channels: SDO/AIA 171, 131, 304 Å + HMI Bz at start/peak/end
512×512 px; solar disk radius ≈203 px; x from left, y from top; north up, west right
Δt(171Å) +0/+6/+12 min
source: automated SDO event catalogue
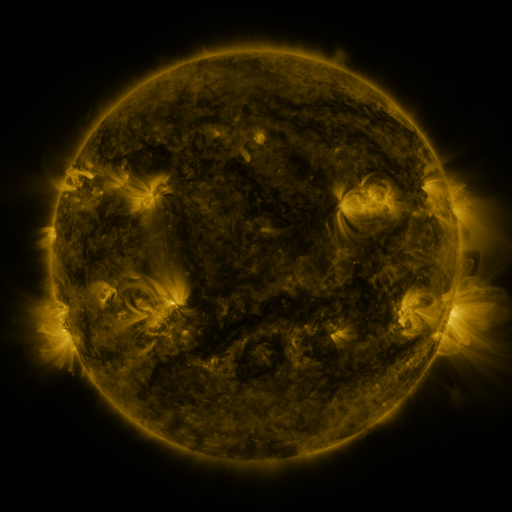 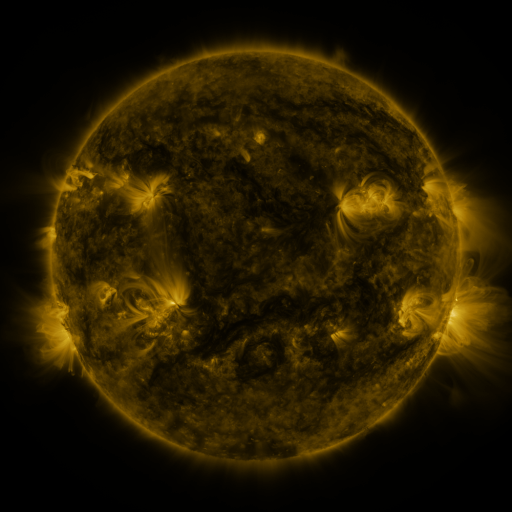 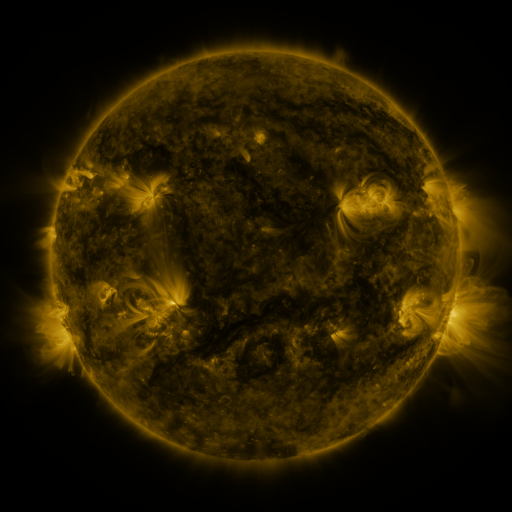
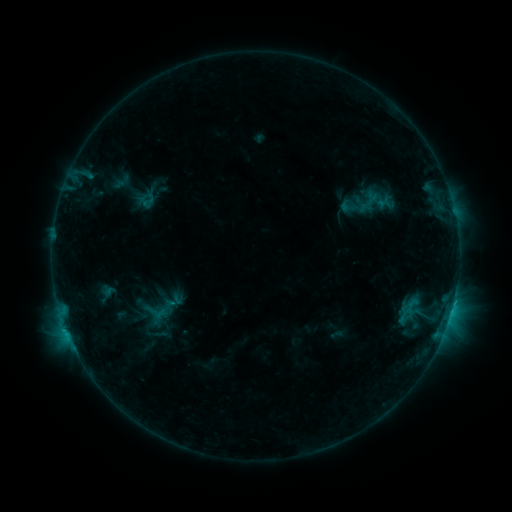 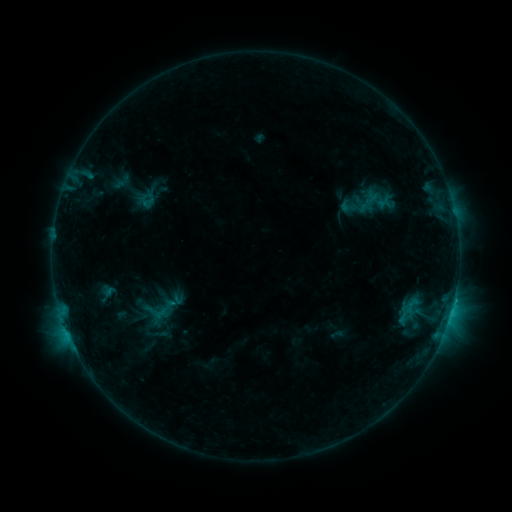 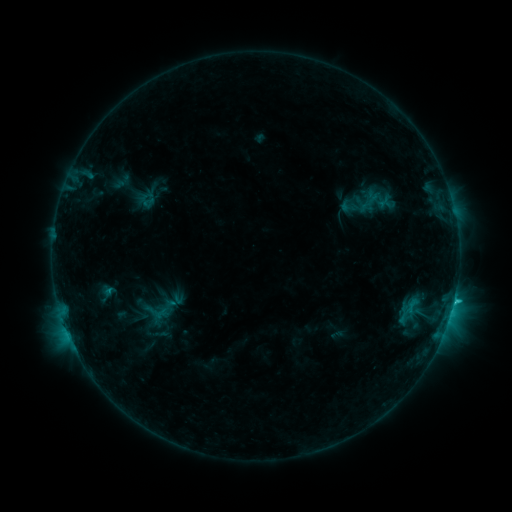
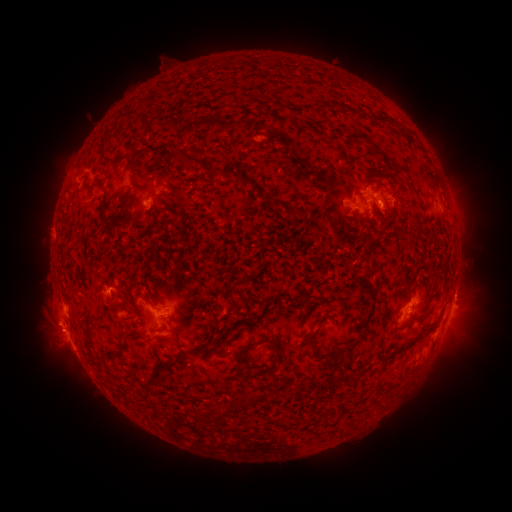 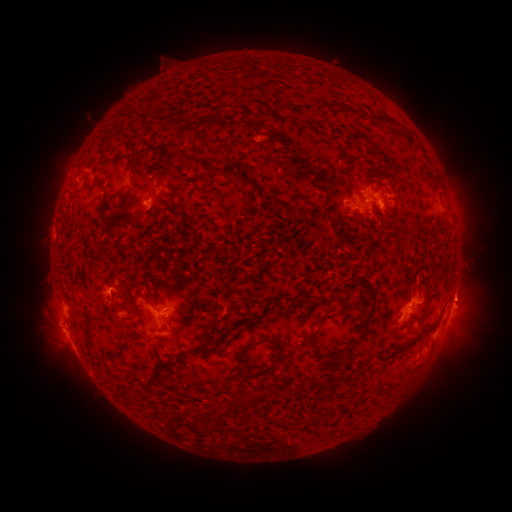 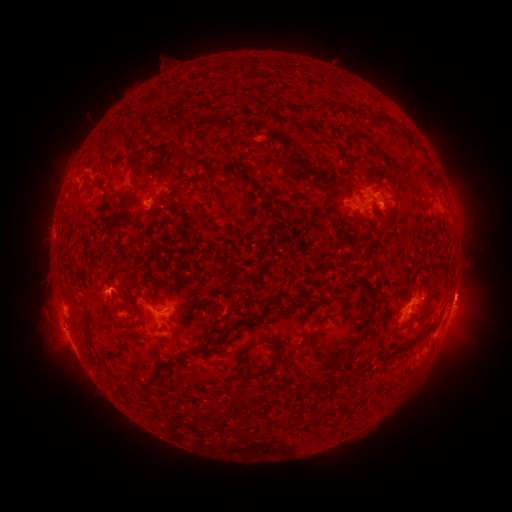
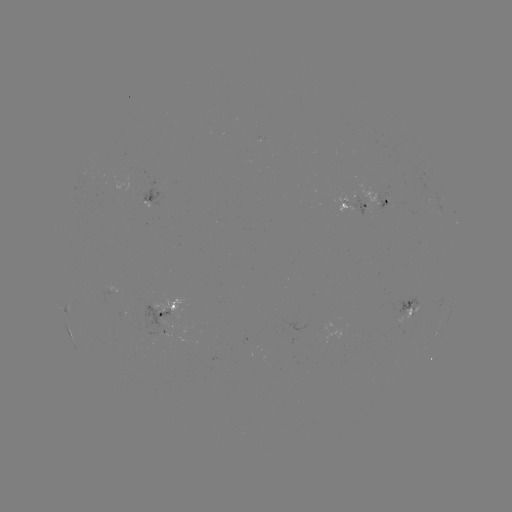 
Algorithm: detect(eruption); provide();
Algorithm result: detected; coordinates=(464, 300)